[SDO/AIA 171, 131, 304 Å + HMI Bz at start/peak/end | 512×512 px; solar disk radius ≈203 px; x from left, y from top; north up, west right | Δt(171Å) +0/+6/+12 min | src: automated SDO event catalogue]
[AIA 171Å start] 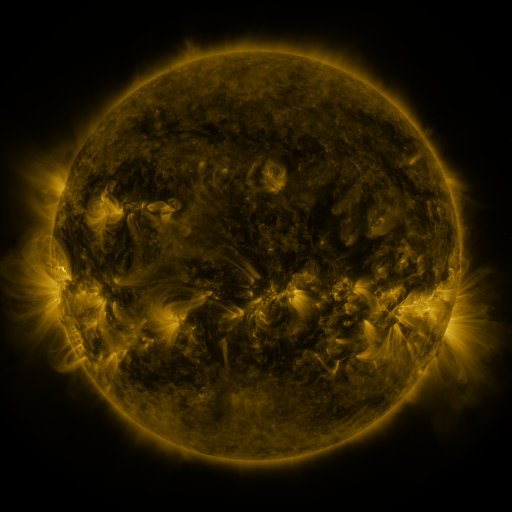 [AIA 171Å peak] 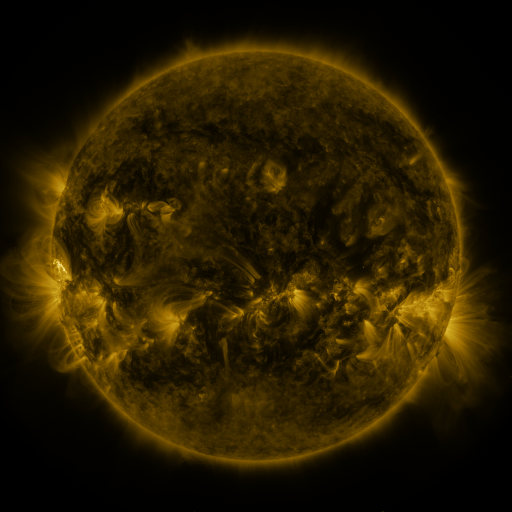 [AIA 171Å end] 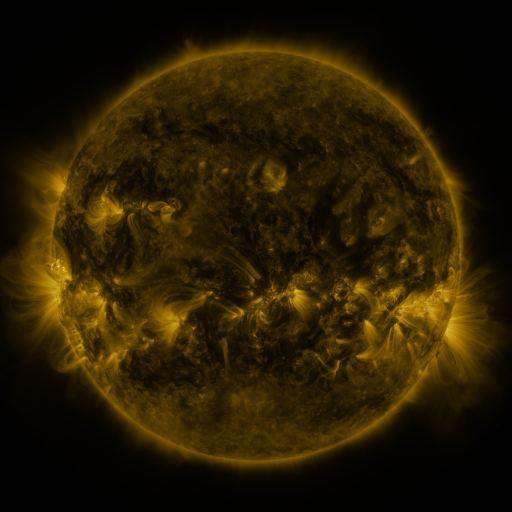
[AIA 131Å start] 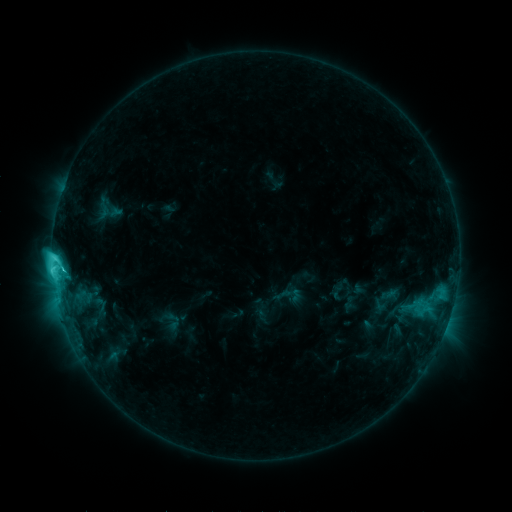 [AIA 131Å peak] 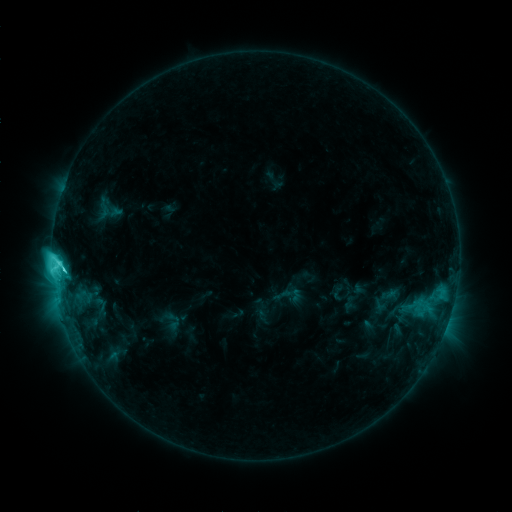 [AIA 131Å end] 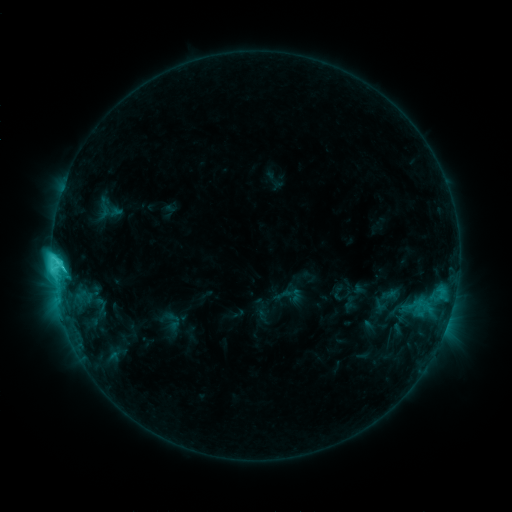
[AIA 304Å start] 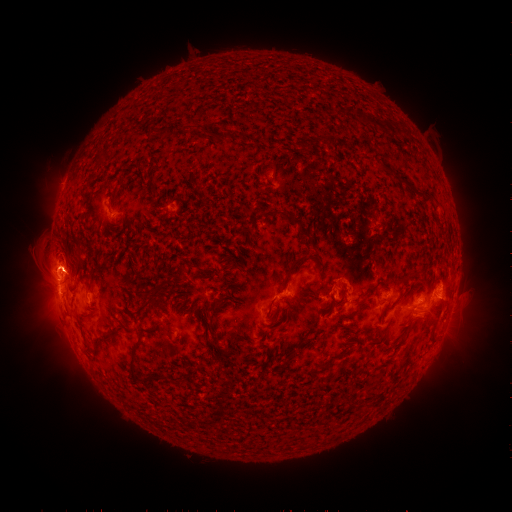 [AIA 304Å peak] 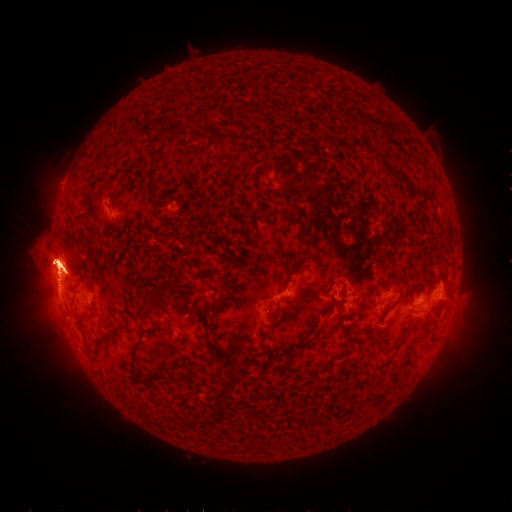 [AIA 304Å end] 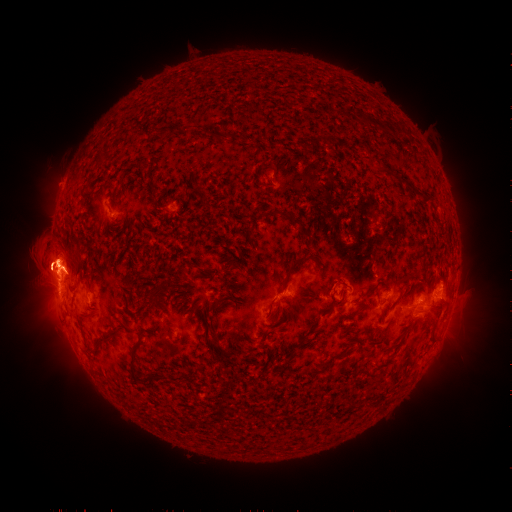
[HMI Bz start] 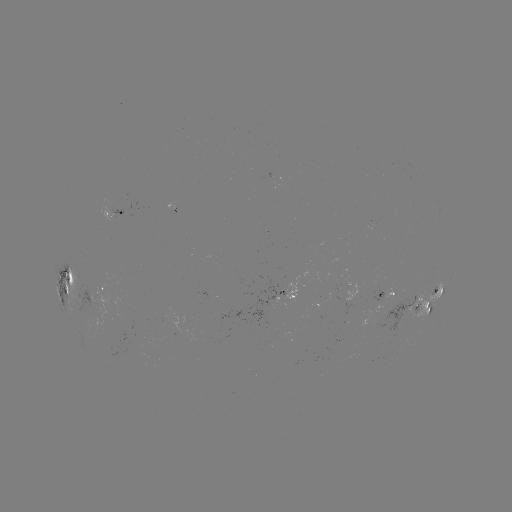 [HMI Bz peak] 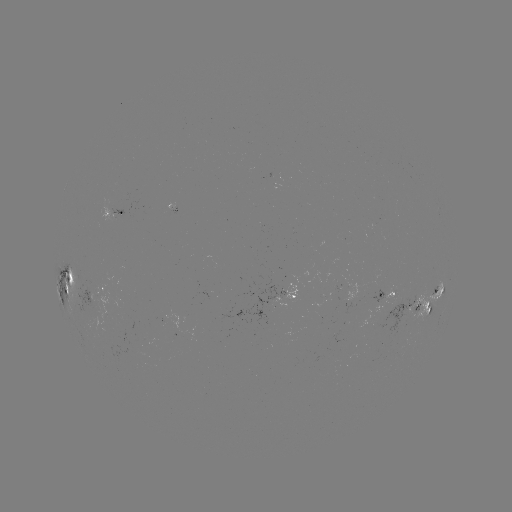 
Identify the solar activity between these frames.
eruption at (57, 267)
